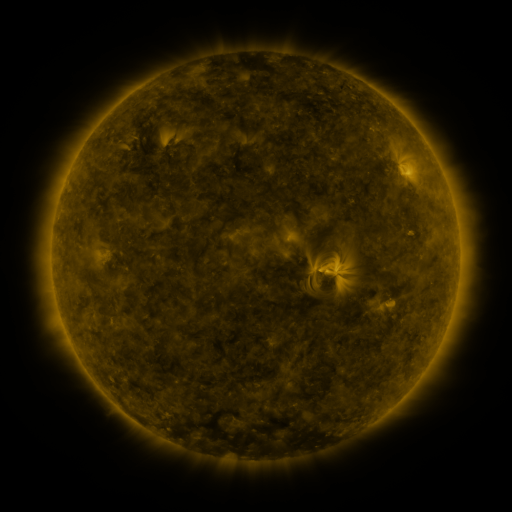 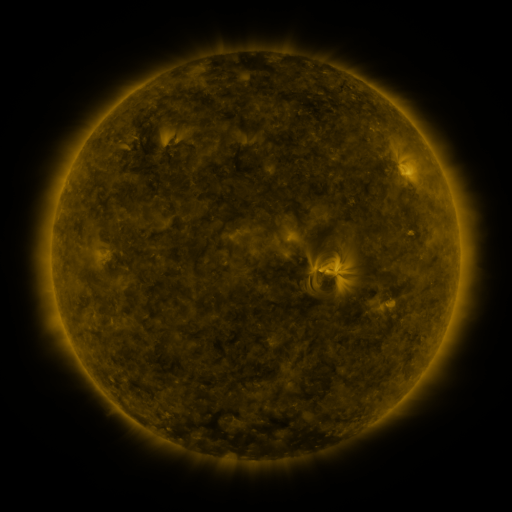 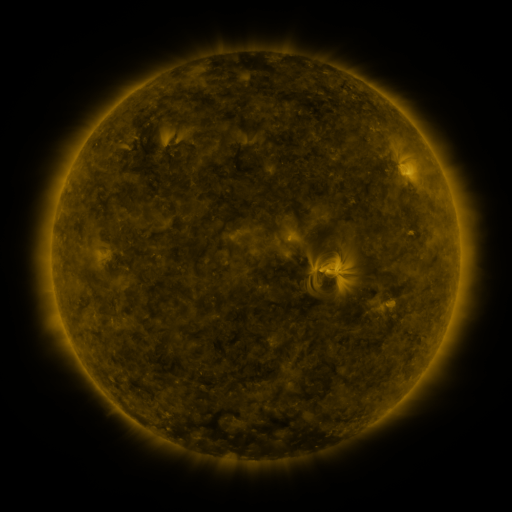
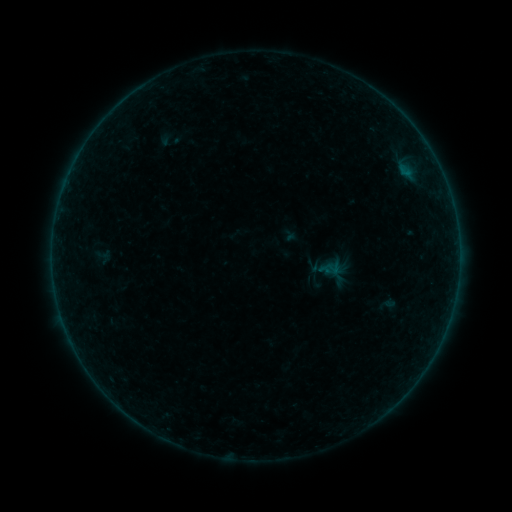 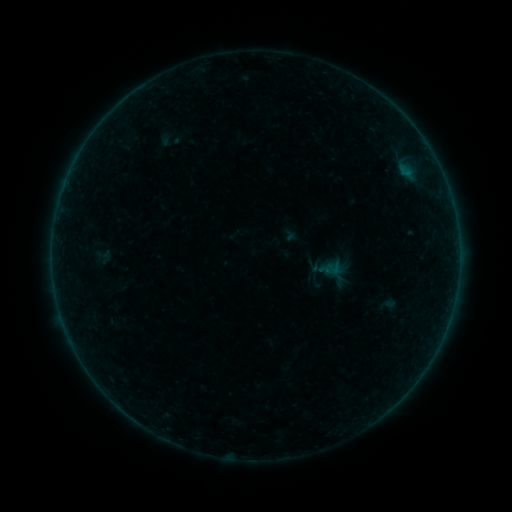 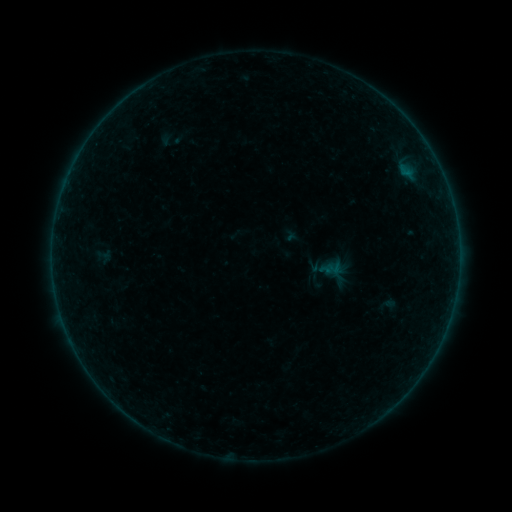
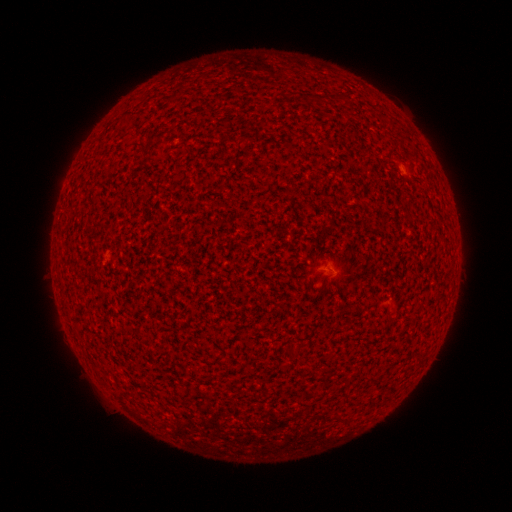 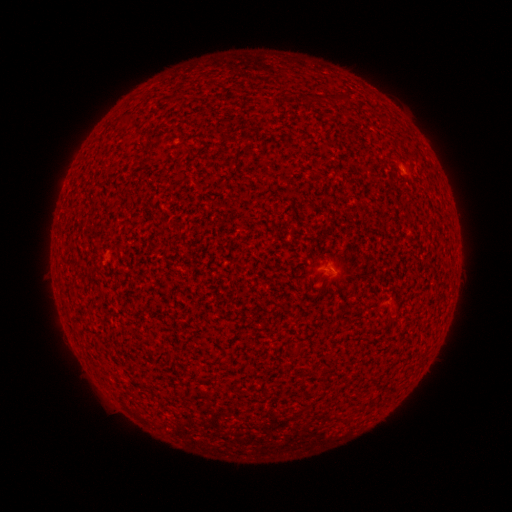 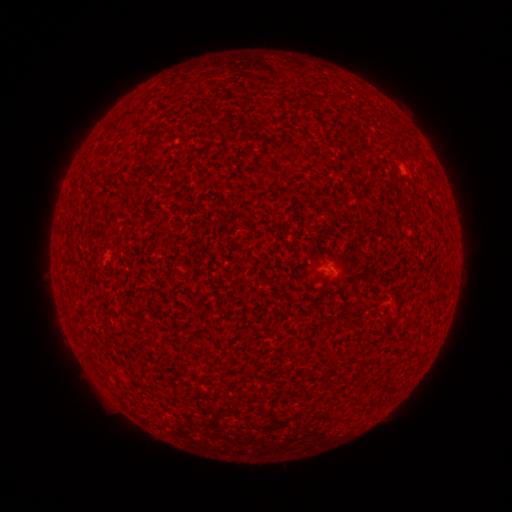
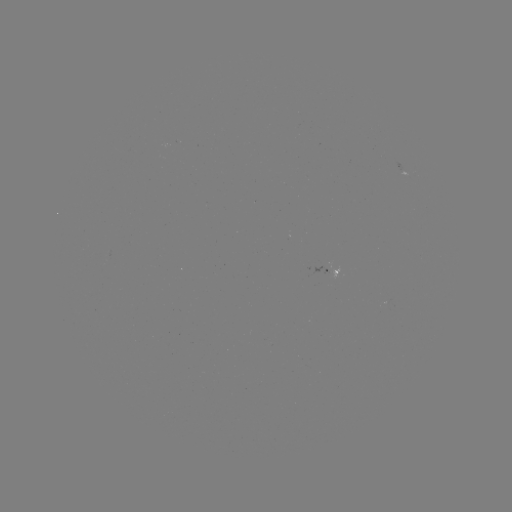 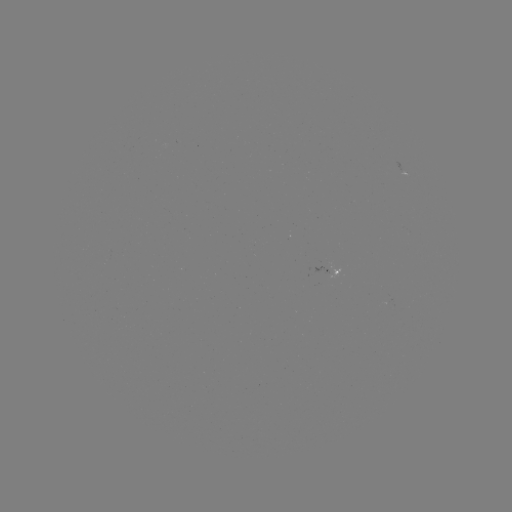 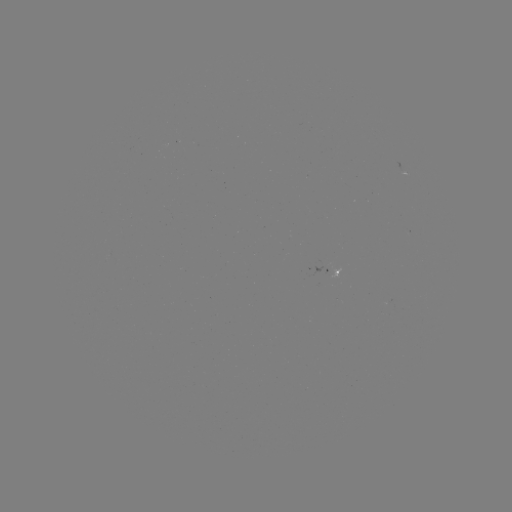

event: flare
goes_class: A2.9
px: (328, 263)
